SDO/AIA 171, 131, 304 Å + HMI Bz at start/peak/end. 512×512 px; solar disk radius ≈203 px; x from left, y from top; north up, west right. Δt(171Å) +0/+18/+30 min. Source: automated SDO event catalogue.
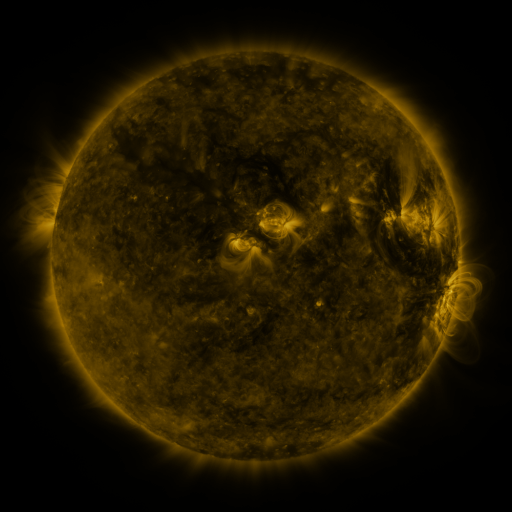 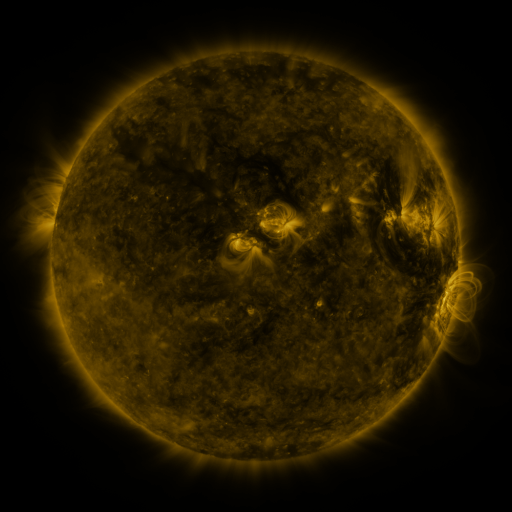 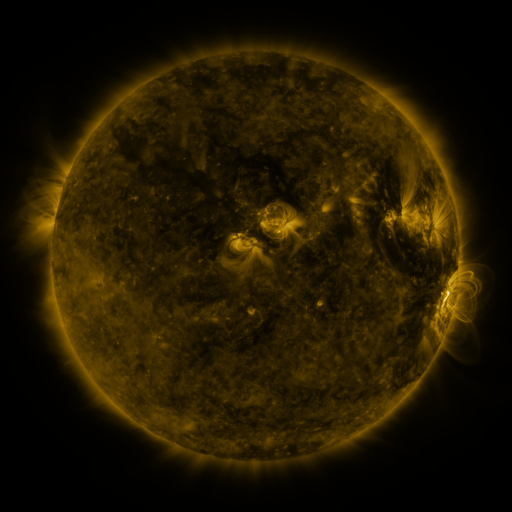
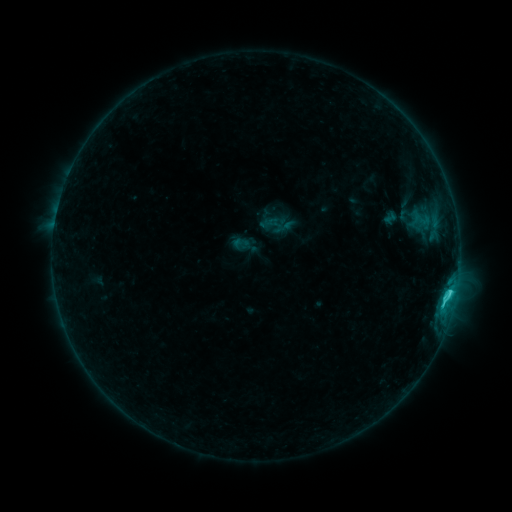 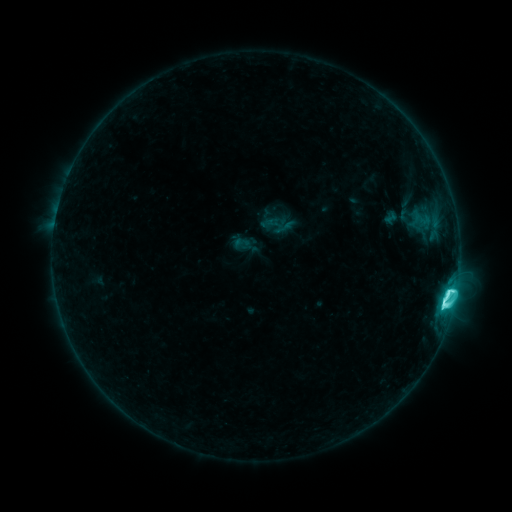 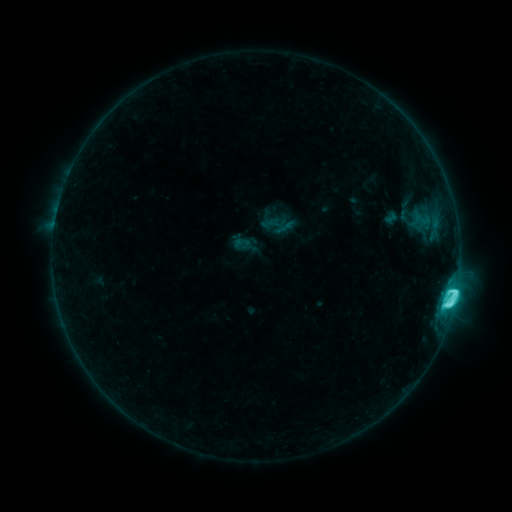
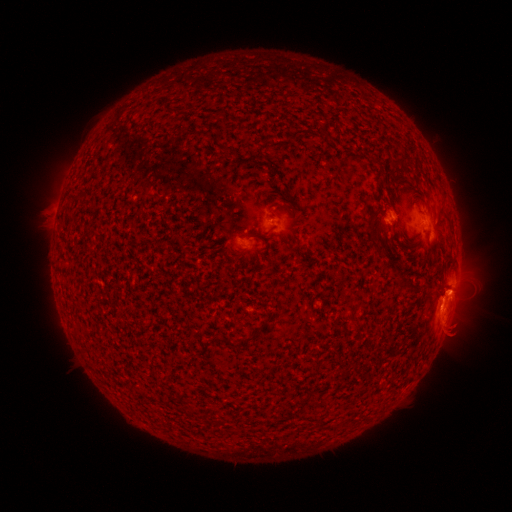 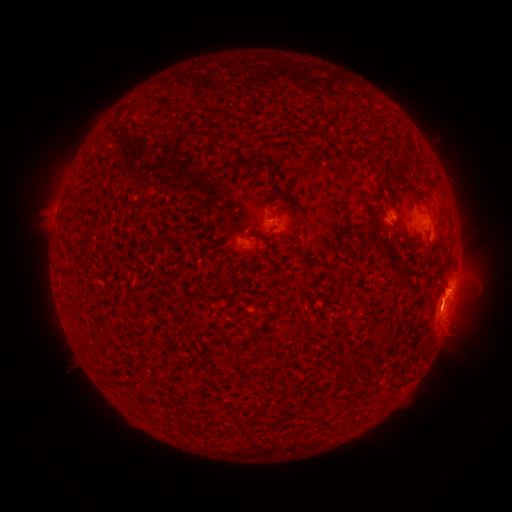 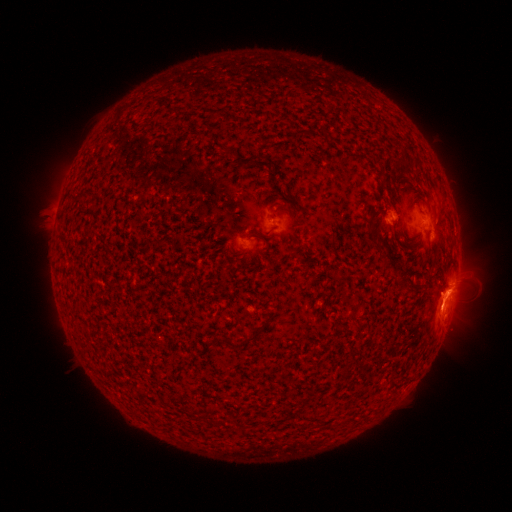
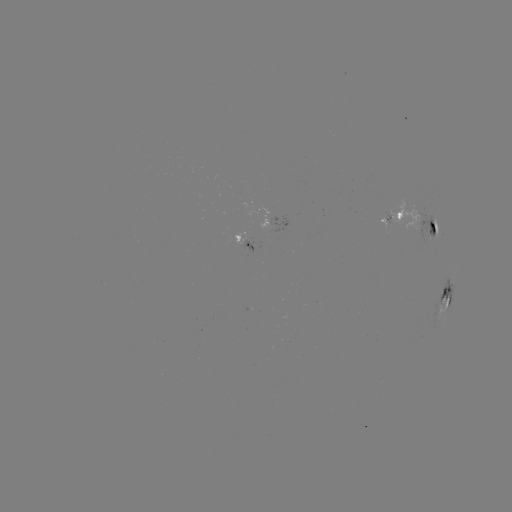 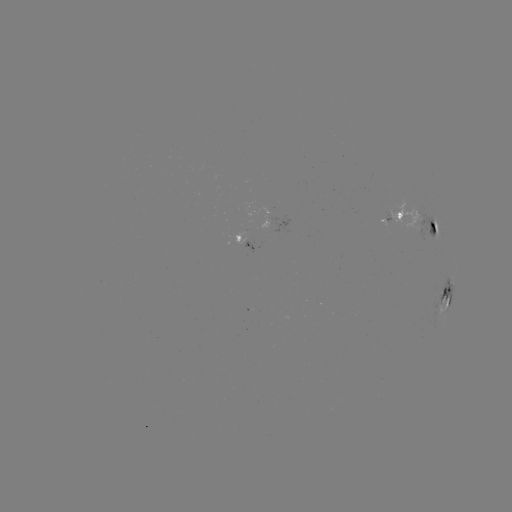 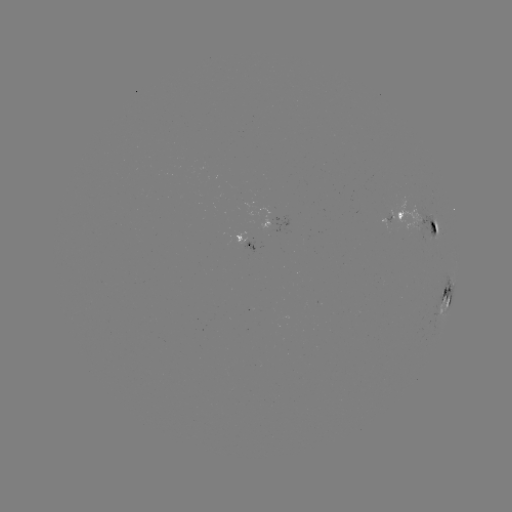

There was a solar flare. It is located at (443, 303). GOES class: M1.1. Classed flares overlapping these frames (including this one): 1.